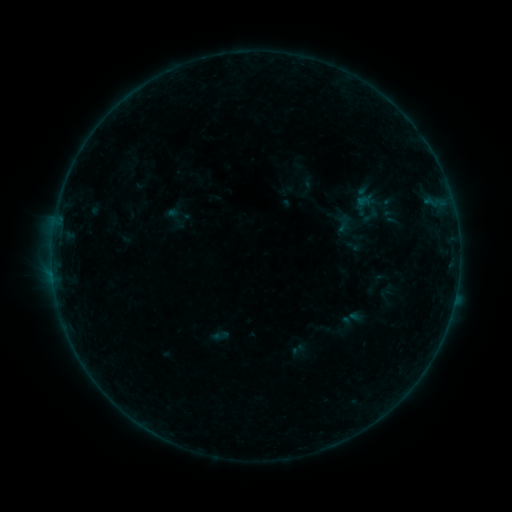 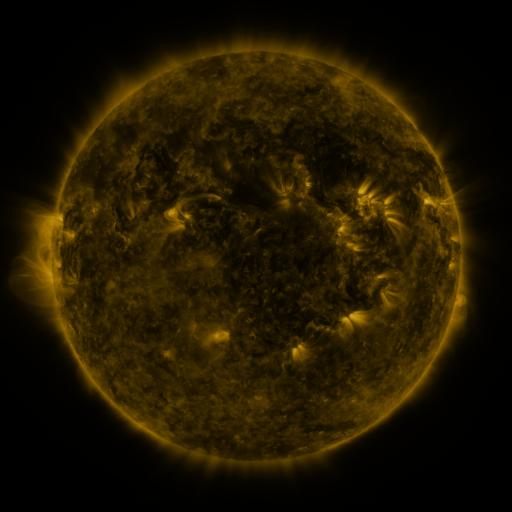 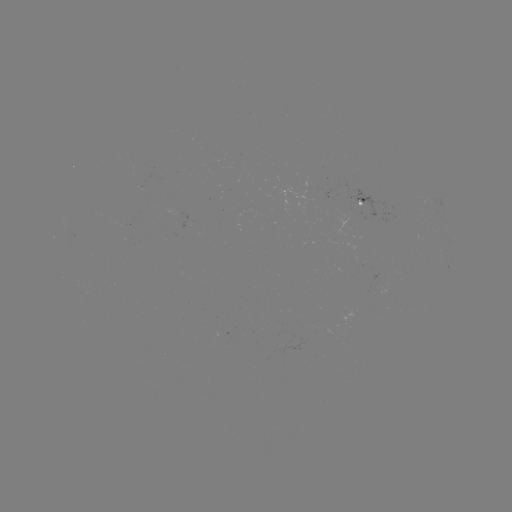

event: sigmoid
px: (371, 215)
